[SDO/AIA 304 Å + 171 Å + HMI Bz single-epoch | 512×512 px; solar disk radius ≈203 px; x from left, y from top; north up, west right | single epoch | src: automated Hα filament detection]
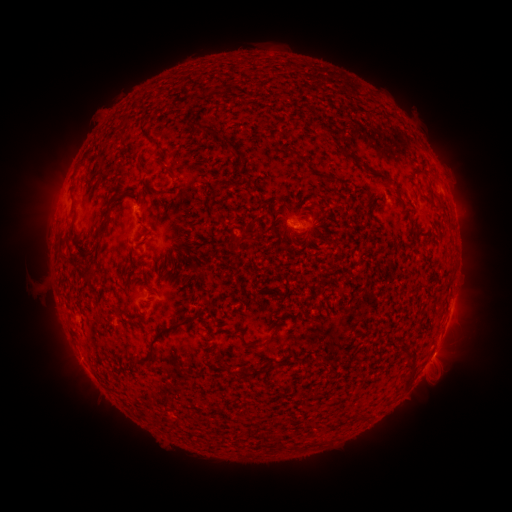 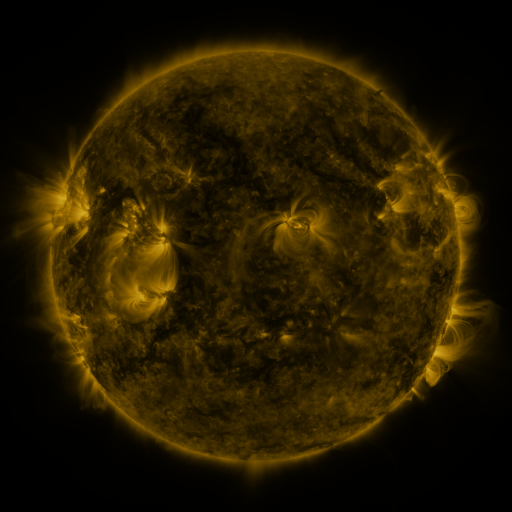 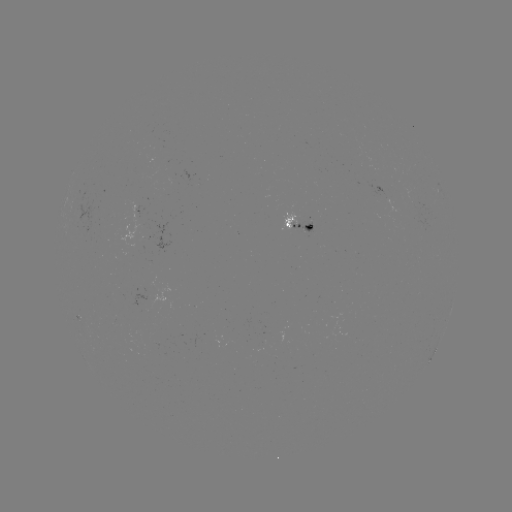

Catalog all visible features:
filament: <bbox>284, 147, 295, 155</bbox>
filament: <bbox>363, 165, 373, 174</bbox>
filament: <bbox>376, 173, 390, 184</bbox>
filament: <bbox>268, 199, 277, 208</bbox>
filament: <bbox>104, 203, 113, 223</bbox>
filament: <bbox>304, 223, 319, 237</bbox>
filament: <bbox>58, 251, 69, 260</bbox>
filament: <bbox>134, 312, 200, 365</bbox>
filament: <bbox>249, 335, 272, 348</bbox>
filament: <bbox>91, 352, 103, 364</bbox>
filament: <bbox>399, 359, 415, 386</bbox>
filament: <bbox>223, 364, 231, 374</bbox>
filament: <bbox>237, 368, 258, 378</bbox>
